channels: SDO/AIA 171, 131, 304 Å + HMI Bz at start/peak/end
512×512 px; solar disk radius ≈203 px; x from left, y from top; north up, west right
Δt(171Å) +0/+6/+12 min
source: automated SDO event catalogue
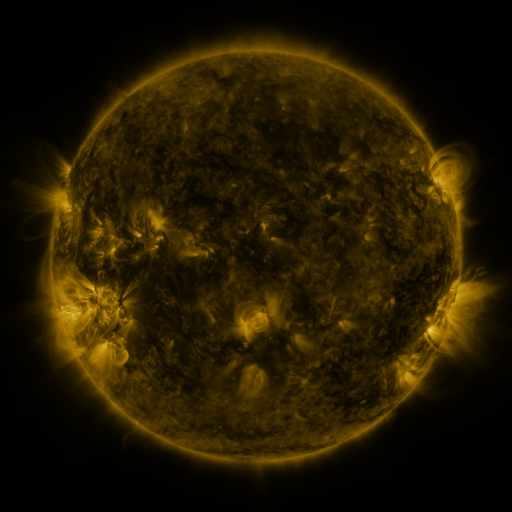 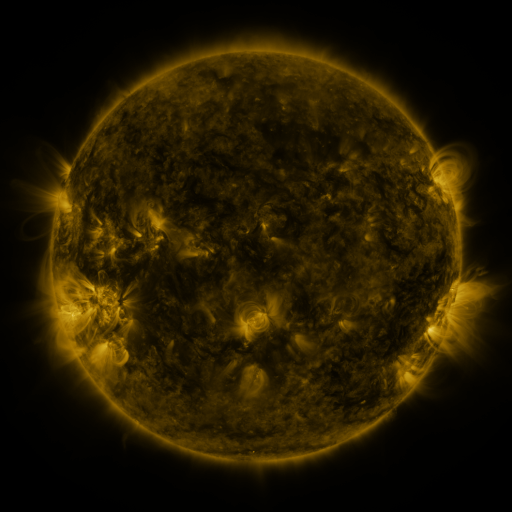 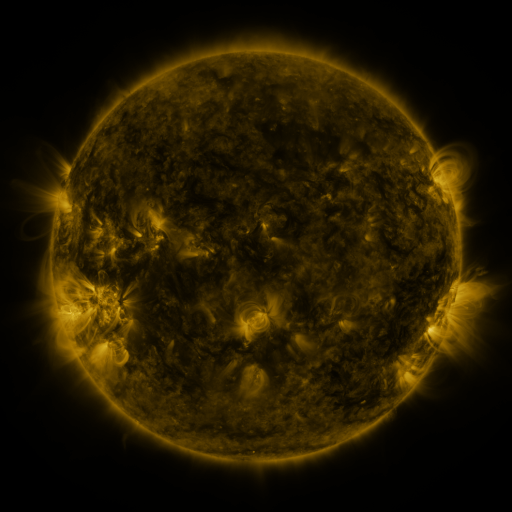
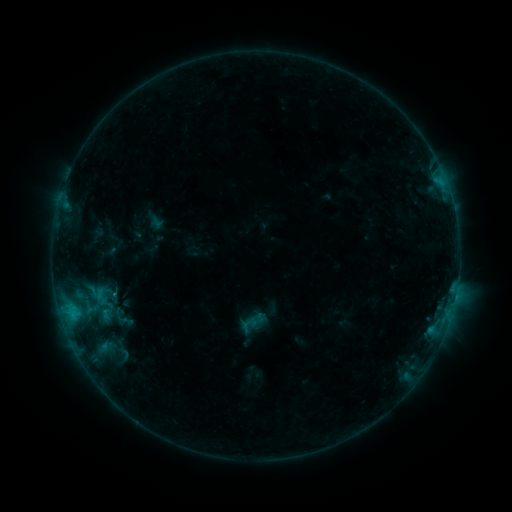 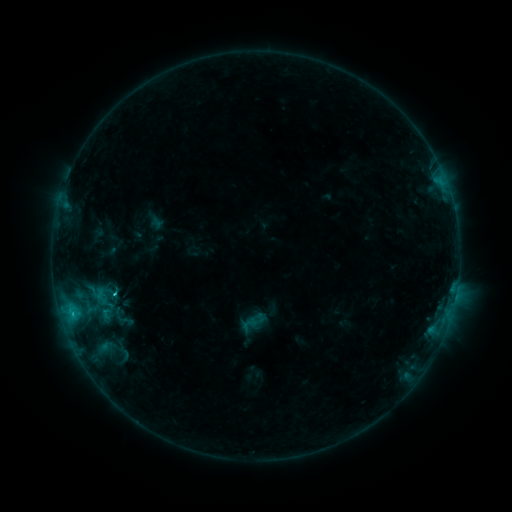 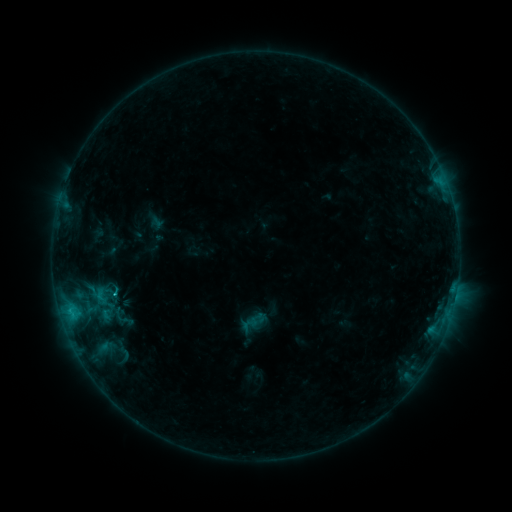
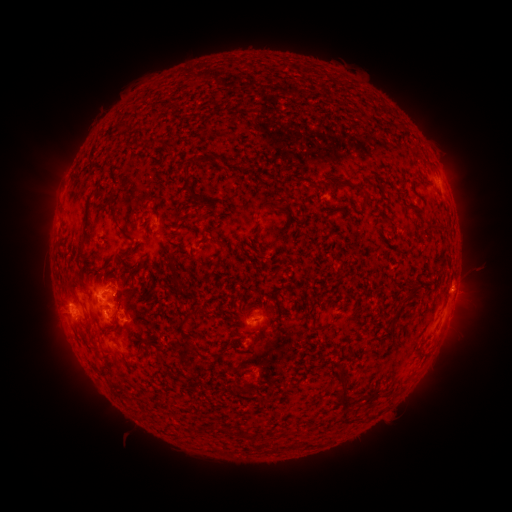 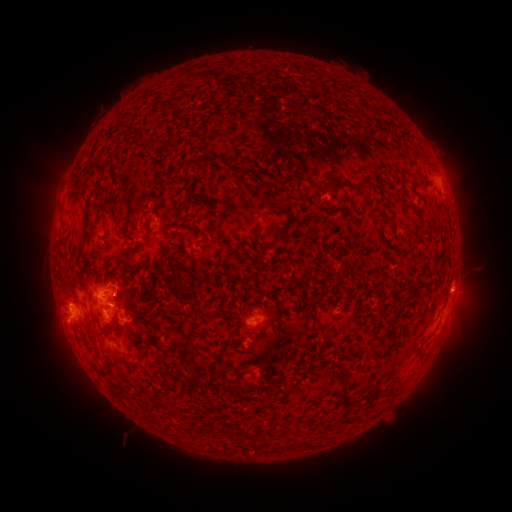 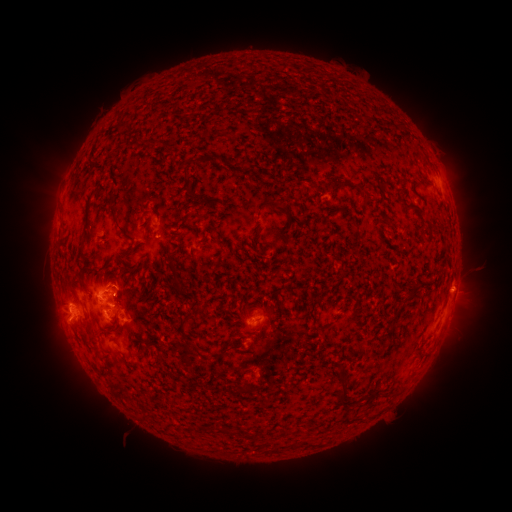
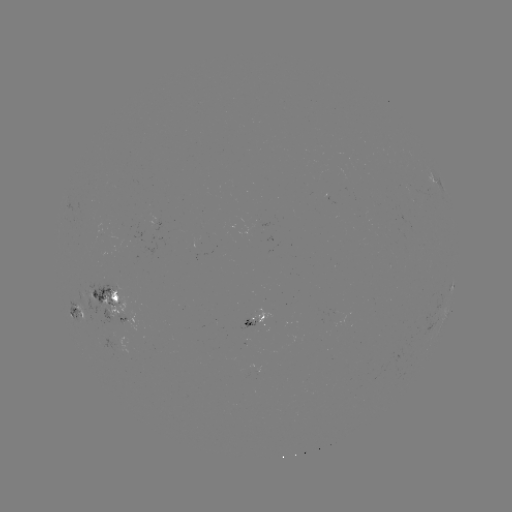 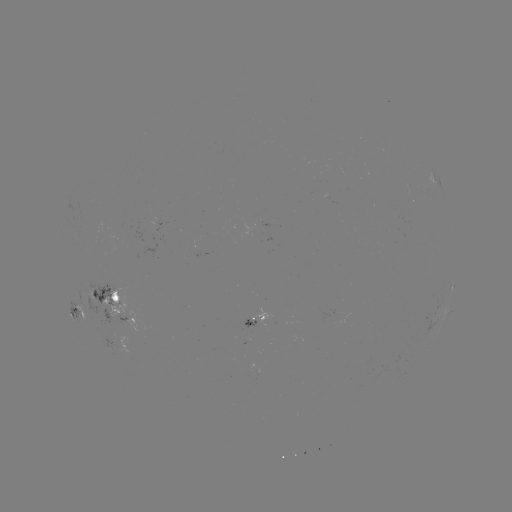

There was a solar flare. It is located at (72, 312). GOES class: C1.3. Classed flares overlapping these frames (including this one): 1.